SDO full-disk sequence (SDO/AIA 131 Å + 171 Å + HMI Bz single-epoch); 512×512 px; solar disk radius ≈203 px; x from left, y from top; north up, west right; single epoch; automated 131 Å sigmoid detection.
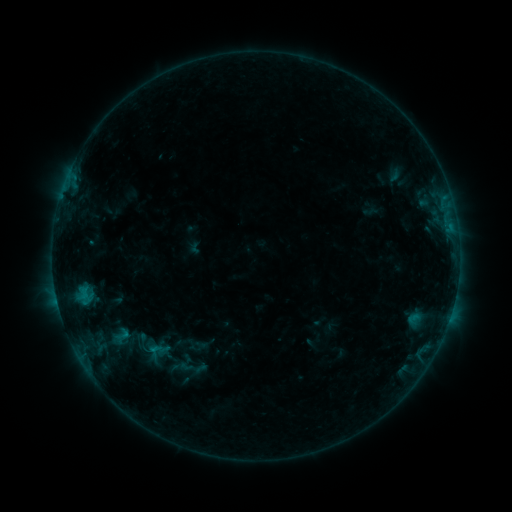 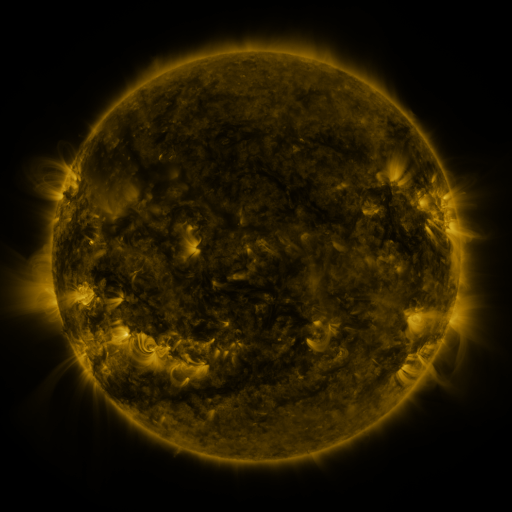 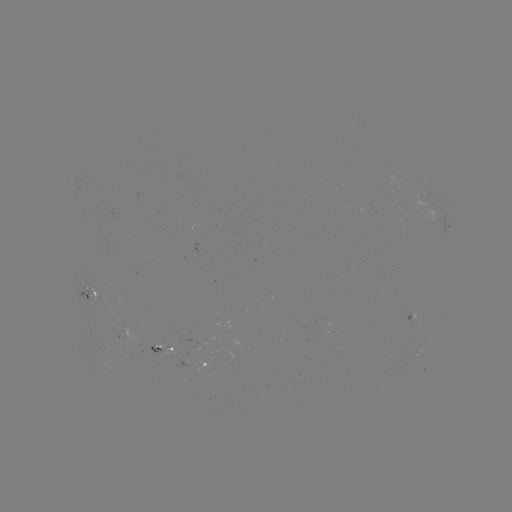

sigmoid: (108, 323, 136, 346)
